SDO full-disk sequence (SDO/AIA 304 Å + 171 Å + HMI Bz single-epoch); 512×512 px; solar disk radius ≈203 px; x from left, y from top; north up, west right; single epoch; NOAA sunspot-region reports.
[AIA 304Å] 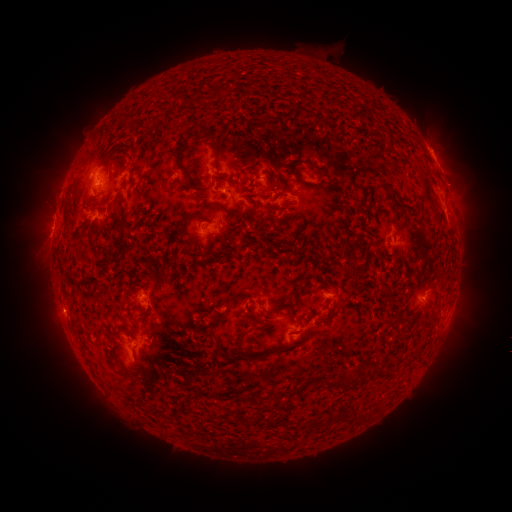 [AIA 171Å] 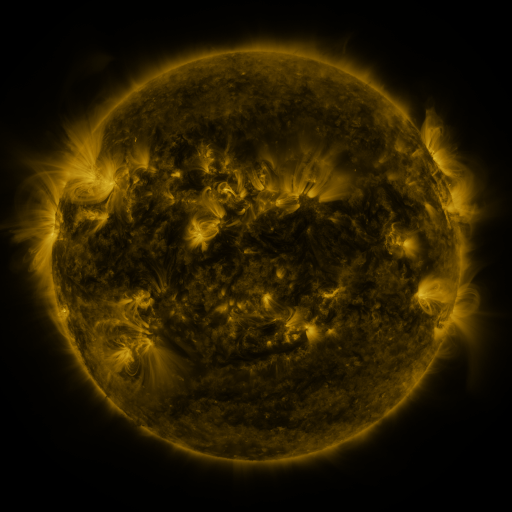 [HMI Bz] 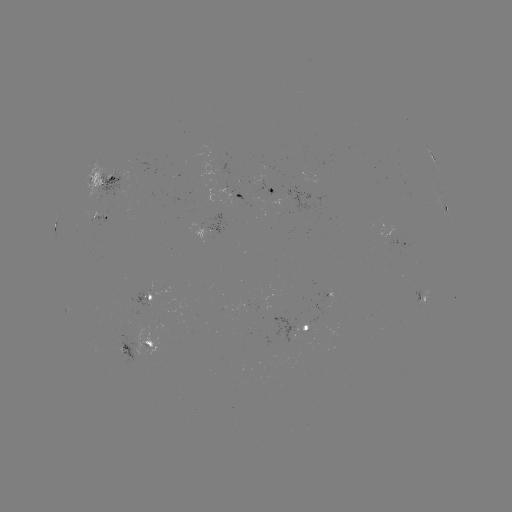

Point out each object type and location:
spotted active region: (435, 160)
spotted active region: (106, 188)
spotted active region: (276, 190)
spotted active region: (242, 196)
spotted active region: (446, 206)
spotted active region: (103, 222)
spotted active region: (220, 224)
spotted active region: (407, 239)
spotted active region: (423, 298)
spotted active region: (152, 301)
spotted active region: (306, 330)
spotted active region: (137, 348)
